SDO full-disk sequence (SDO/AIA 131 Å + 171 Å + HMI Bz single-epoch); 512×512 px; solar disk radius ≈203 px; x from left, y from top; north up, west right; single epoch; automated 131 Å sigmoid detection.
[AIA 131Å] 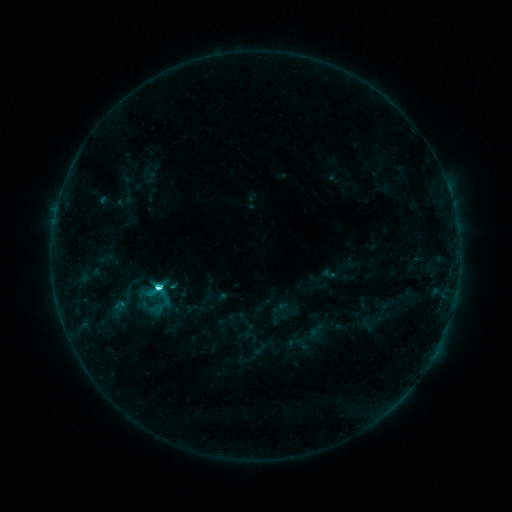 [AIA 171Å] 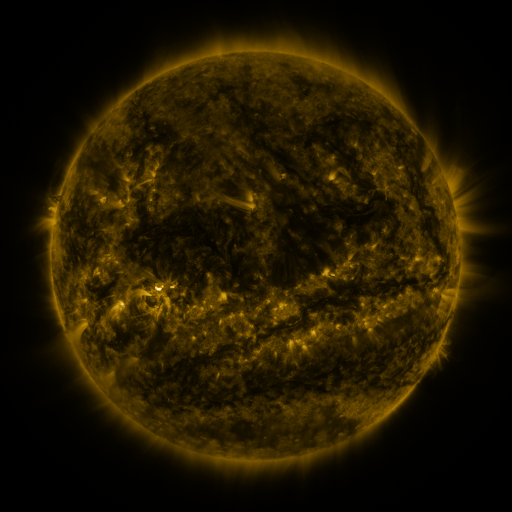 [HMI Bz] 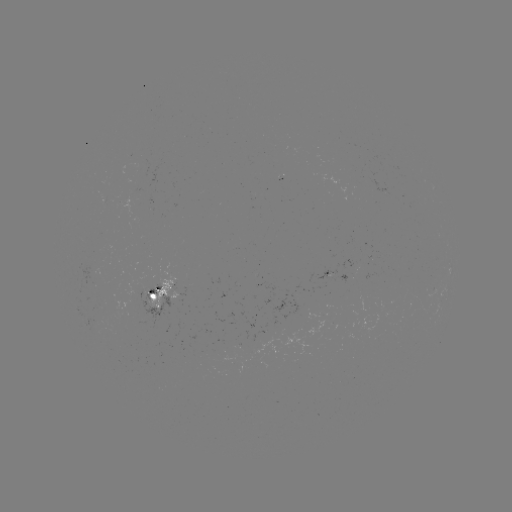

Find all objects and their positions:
sigmoid: (153, 290)
